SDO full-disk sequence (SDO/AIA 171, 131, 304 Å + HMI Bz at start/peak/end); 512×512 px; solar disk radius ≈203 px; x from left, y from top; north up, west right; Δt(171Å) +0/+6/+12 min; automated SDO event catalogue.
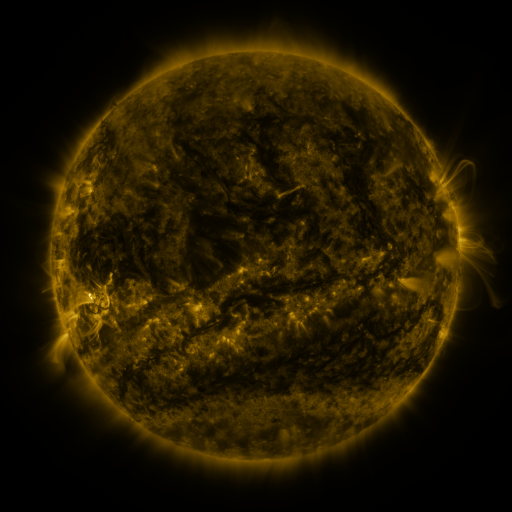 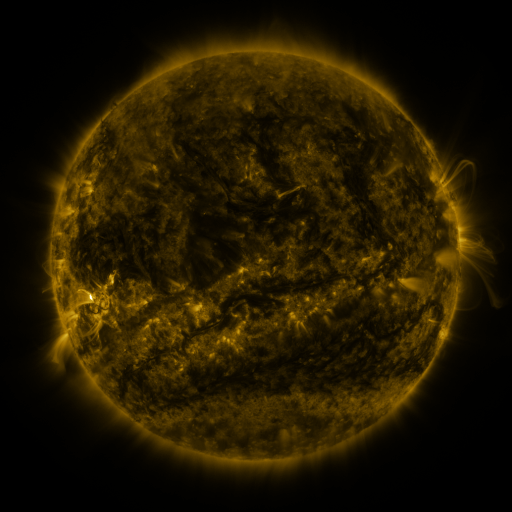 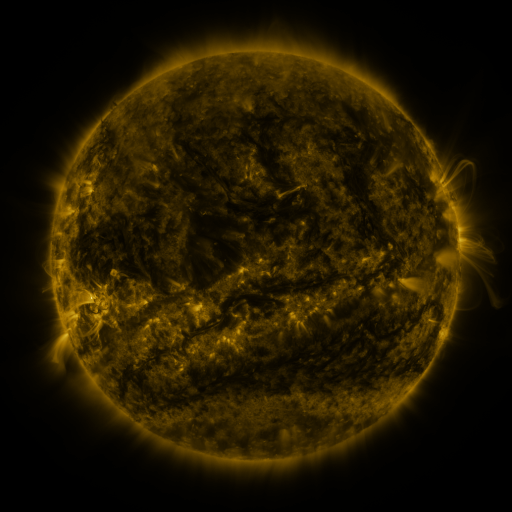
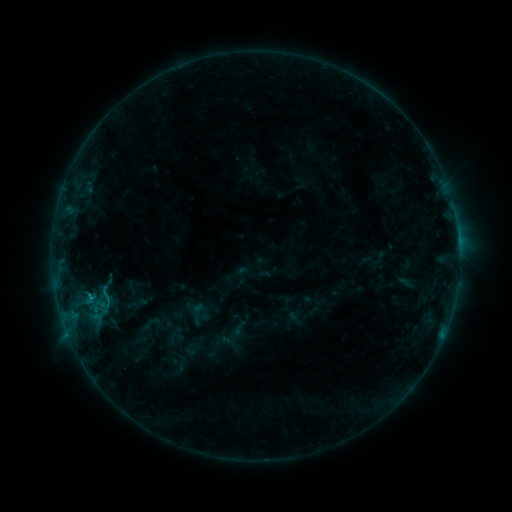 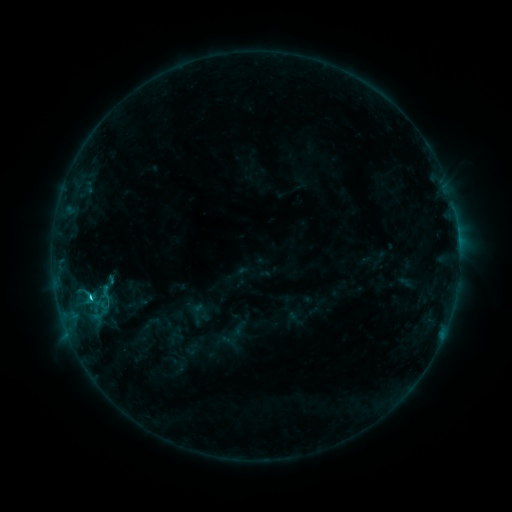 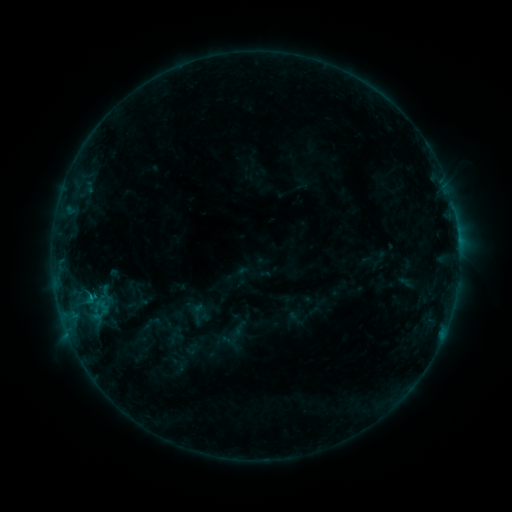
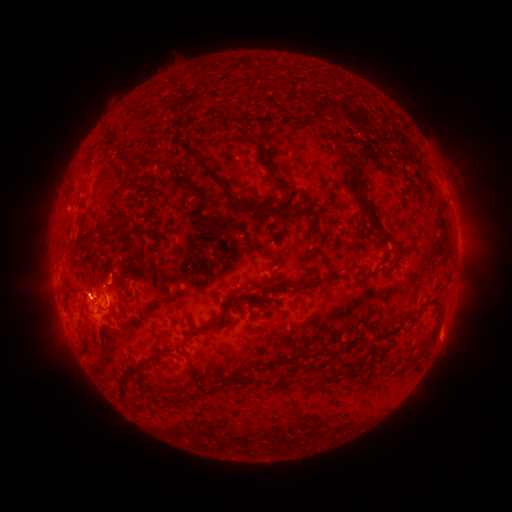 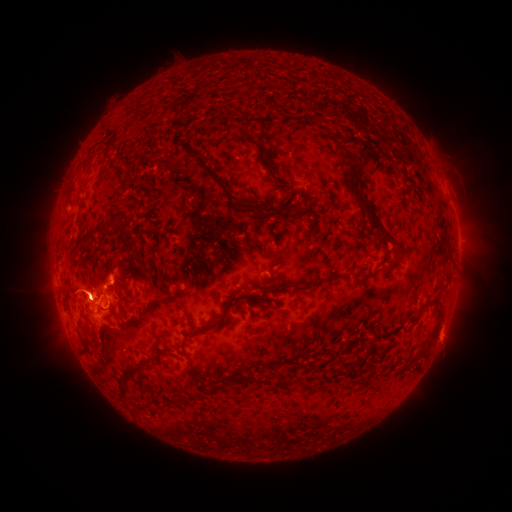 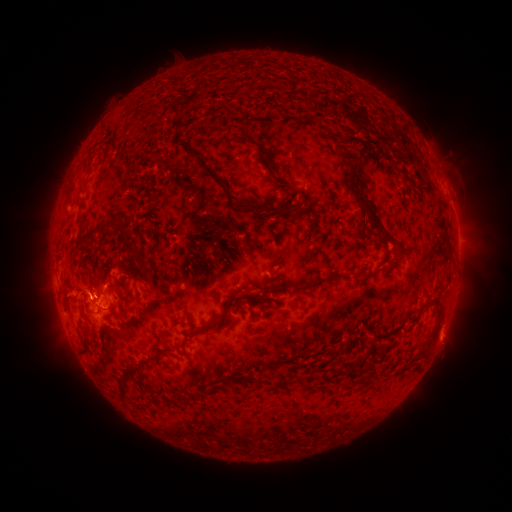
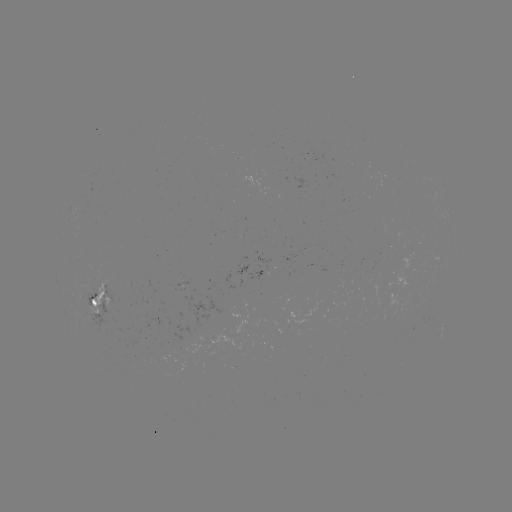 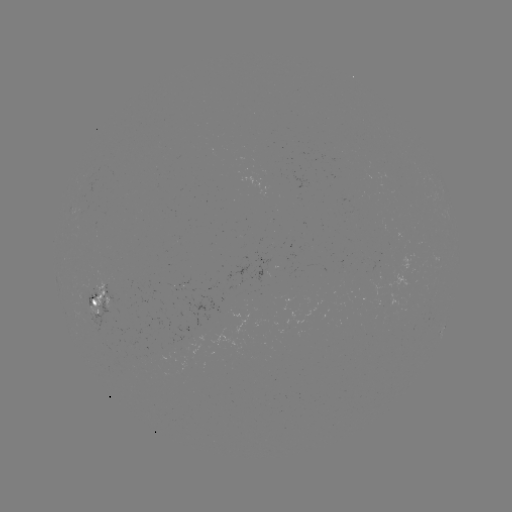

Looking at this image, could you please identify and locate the C1.1 flare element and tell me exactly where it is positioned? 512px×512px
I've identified C1.1 flare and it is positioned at (91, 294).